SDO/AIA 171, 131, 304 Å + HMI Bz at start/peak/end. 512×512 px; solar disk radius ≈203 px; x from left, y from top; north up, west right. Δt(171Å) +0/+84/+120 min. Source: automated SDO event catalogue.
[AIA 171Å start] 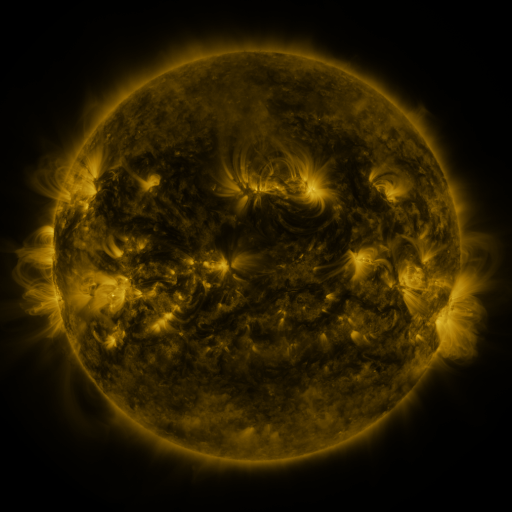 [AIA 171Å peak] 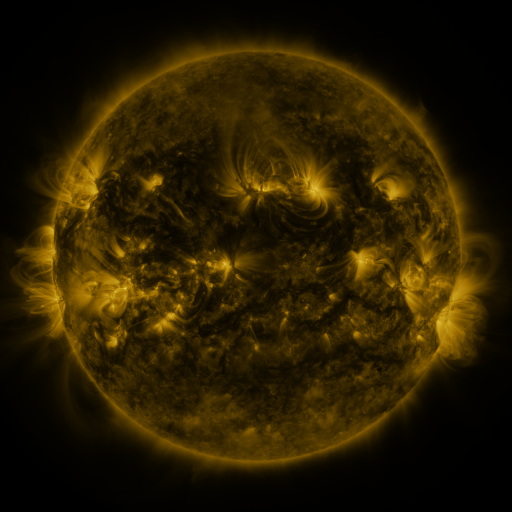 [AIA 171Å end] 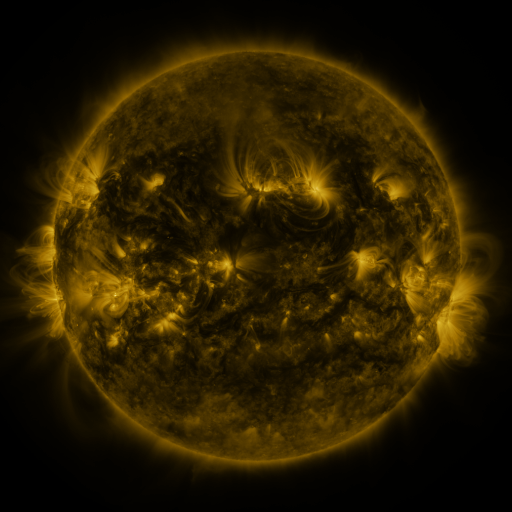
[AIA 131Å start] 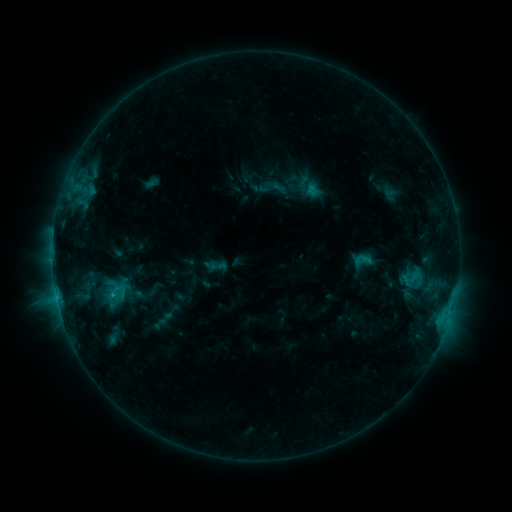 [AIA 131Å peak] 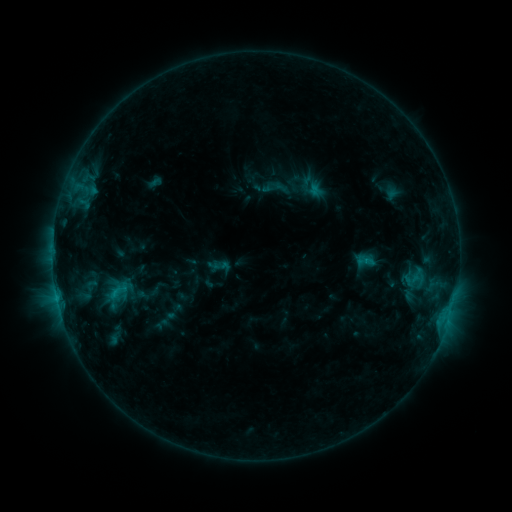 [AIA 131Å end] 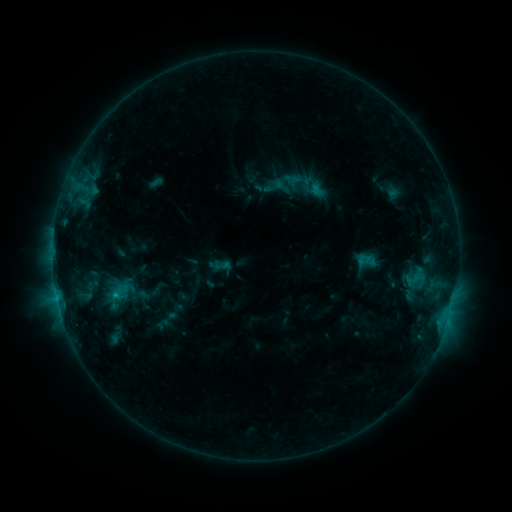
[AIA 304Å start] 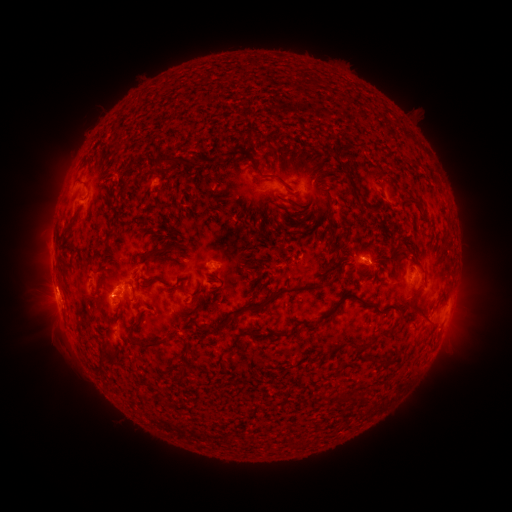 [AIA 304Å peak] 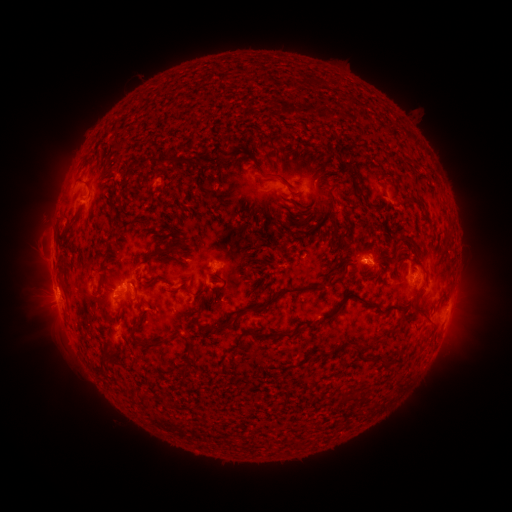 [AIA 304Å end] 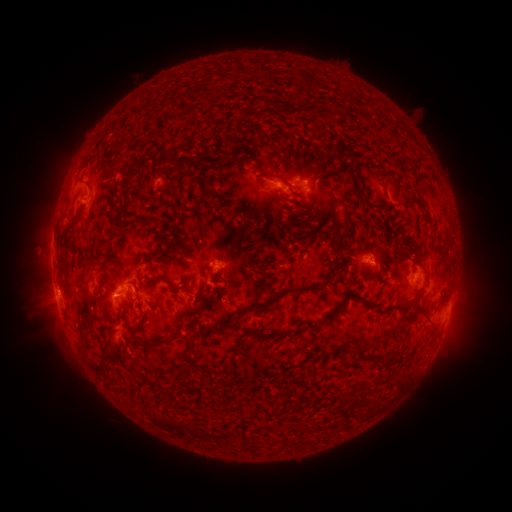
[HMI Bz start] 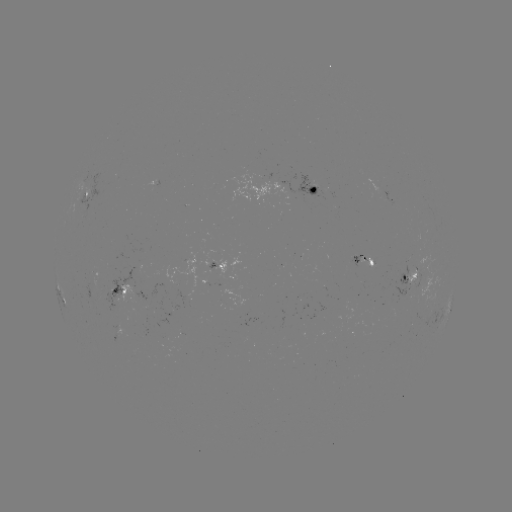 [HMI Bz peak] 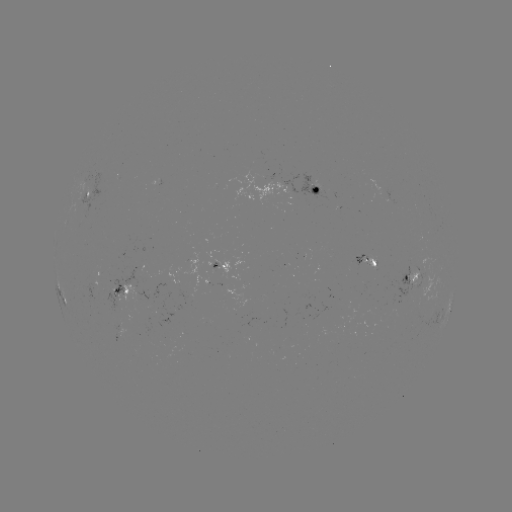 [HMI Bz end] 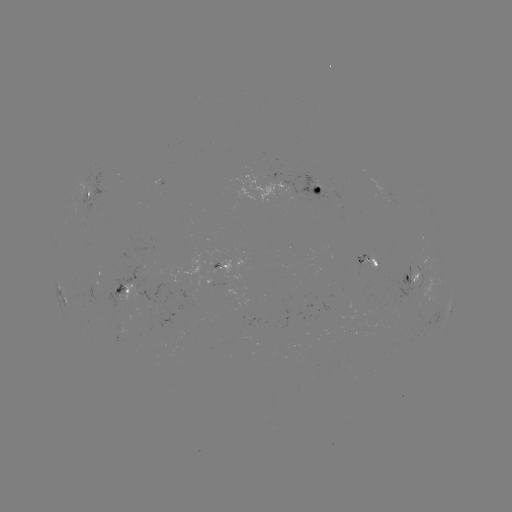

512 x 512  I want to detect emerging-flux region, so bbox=[201, 251, 216, 268].